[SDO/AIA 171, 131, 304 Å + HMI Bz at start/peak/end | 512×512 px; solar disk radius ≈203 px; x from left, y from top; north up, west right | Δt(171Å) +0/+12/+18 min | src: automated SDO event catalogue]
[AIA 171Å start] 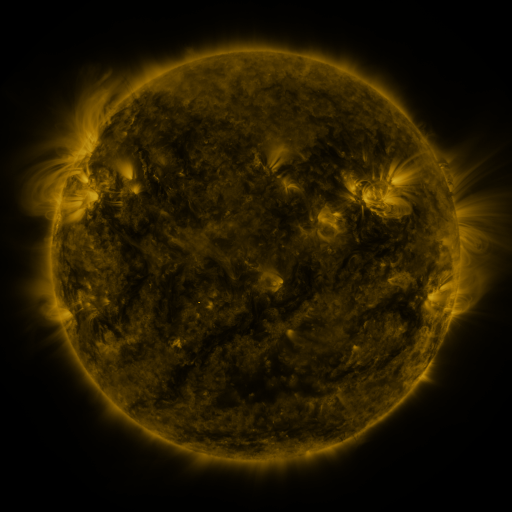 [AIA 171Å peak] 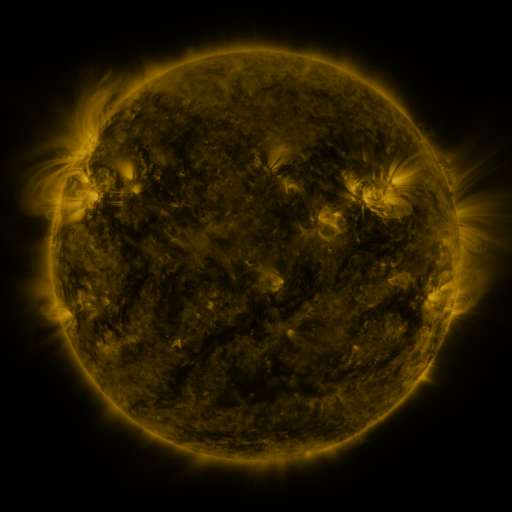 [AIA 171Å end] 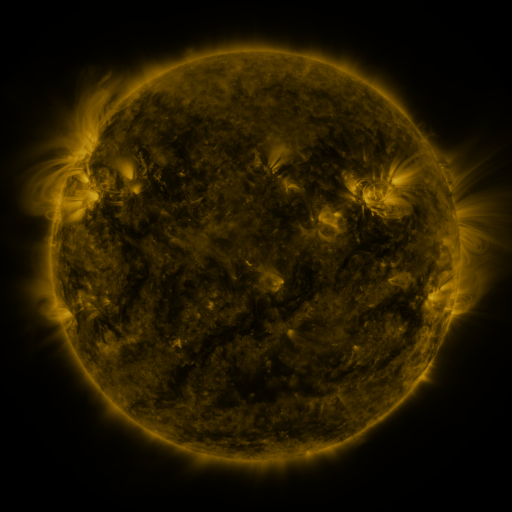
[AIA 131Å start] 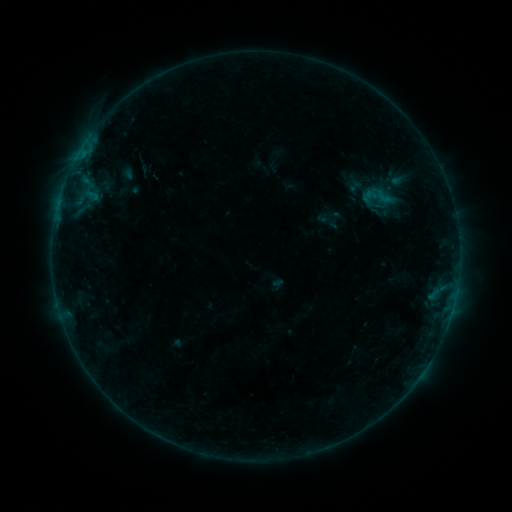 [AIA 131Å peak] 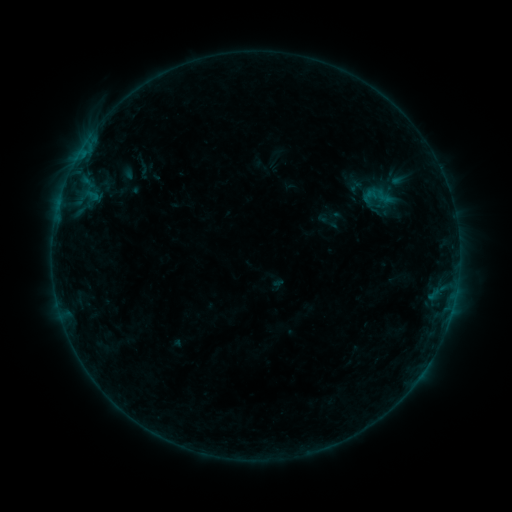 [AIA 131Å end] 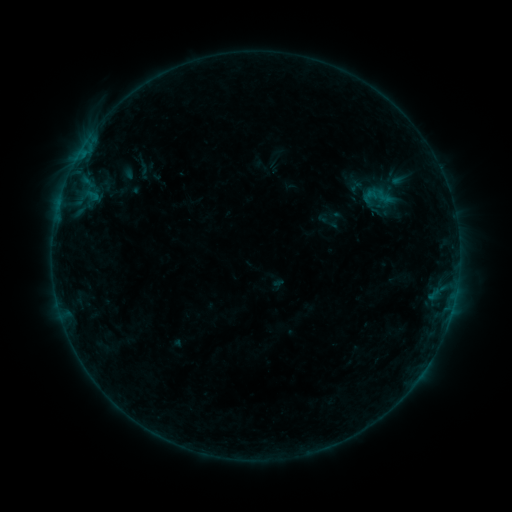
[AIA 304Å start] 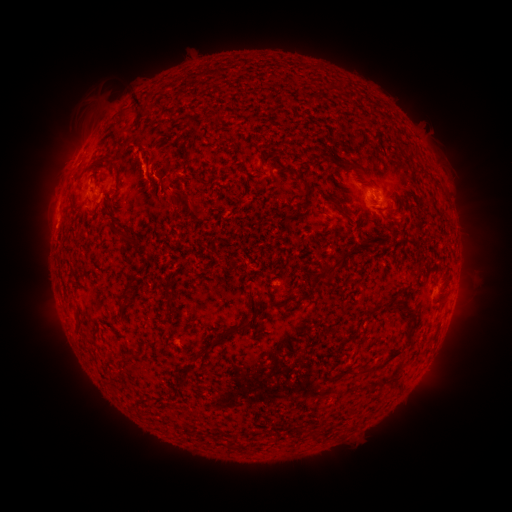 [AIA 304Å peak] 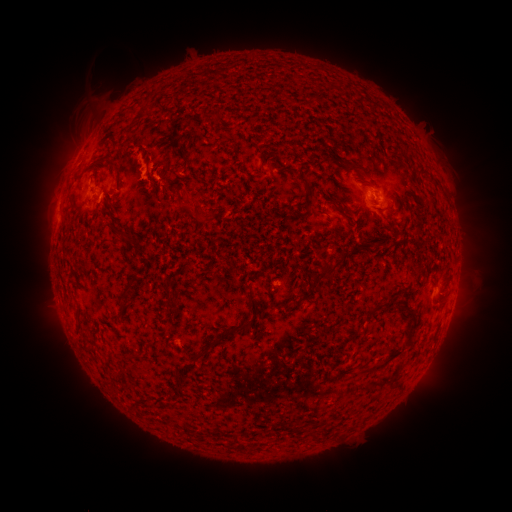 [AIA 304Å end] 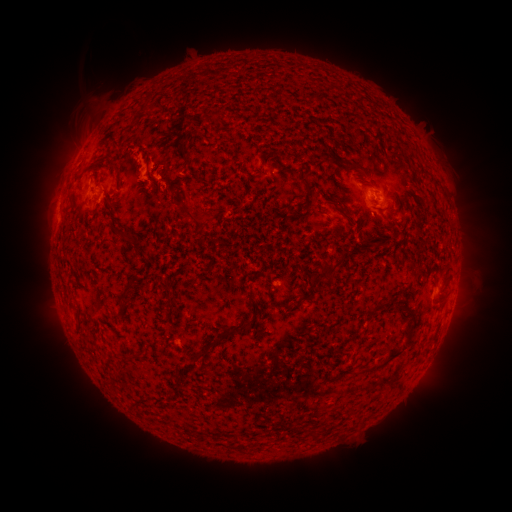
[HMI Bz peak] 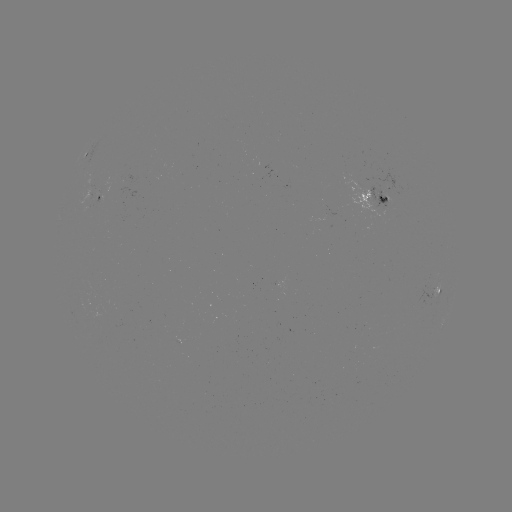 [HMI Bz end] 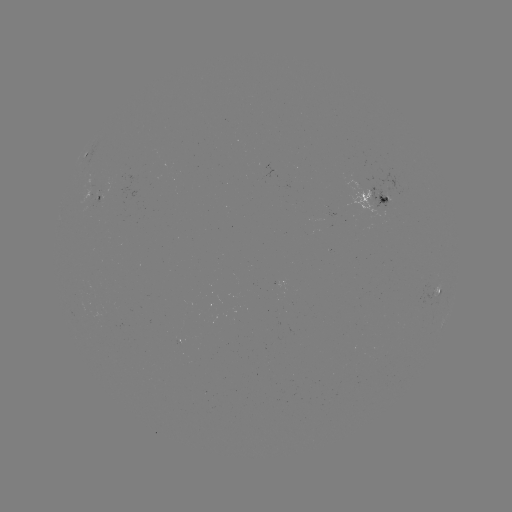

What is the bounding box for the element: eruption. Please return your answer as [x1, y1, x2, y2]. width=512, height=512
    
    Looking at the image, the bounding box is [155, 169, 208, 223].